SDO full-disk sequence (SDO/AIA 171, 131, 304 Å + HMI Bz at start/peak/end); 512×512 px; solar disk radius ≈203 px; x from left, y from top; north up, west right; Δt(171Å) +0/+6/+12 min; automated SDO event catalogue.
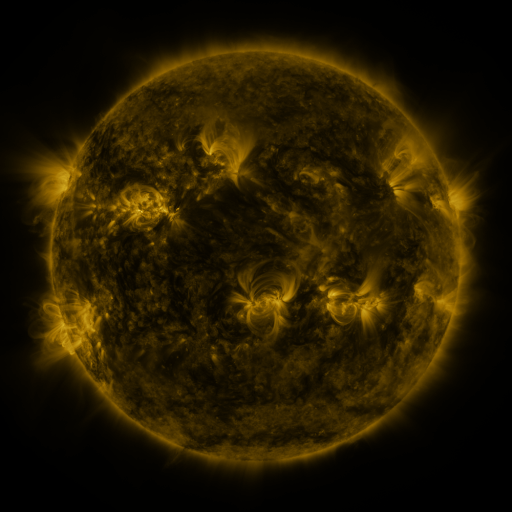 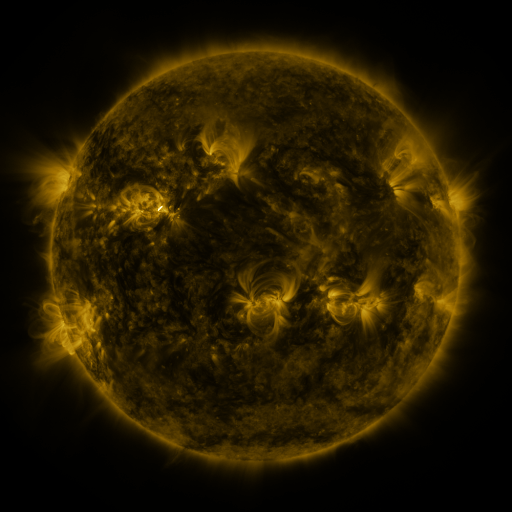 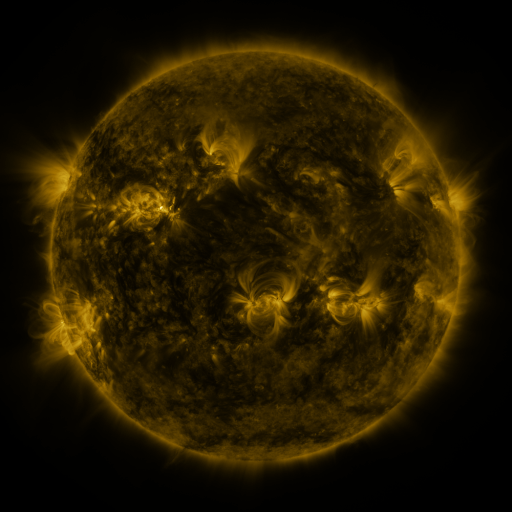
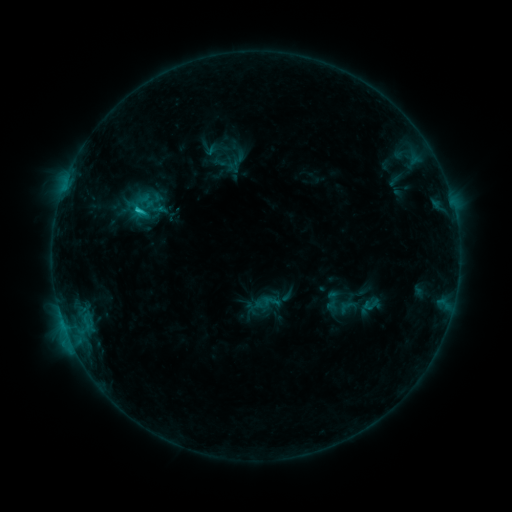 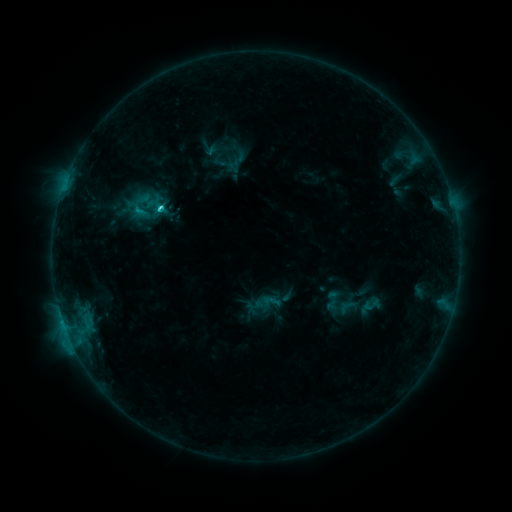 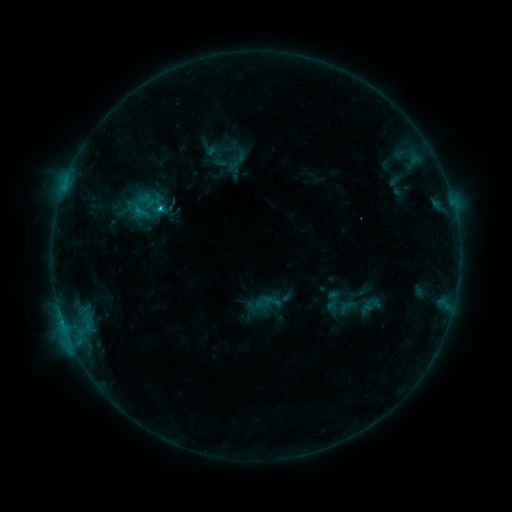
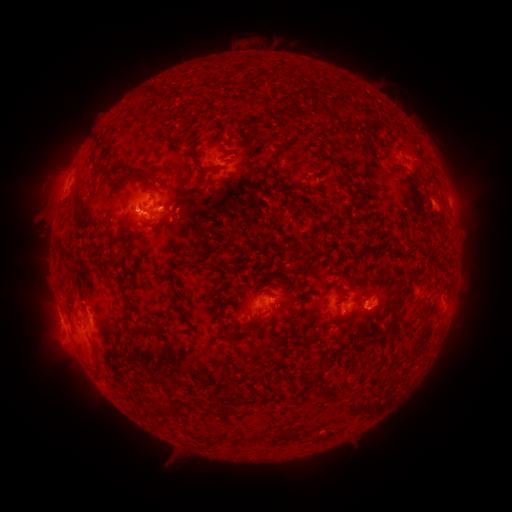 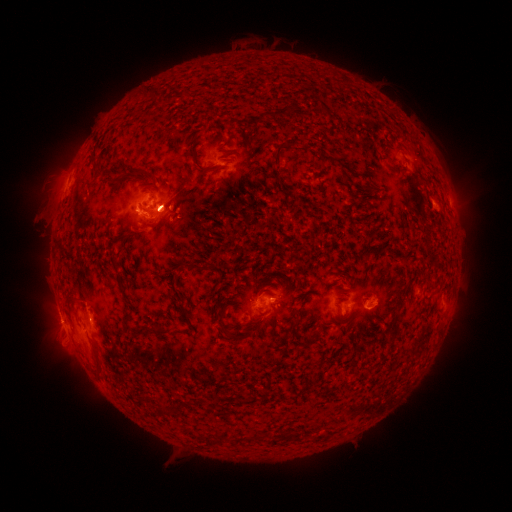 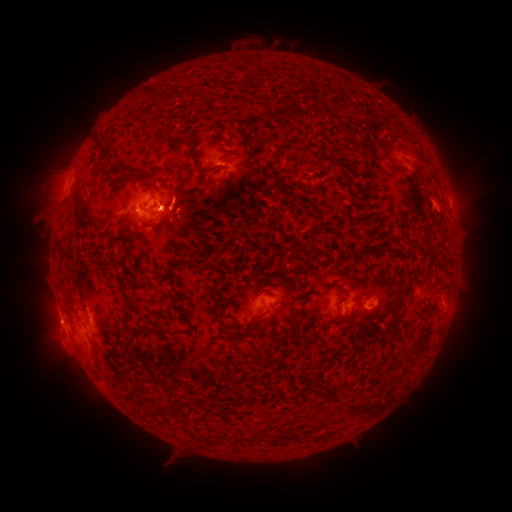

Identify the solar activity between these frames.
eruption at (71, 354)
